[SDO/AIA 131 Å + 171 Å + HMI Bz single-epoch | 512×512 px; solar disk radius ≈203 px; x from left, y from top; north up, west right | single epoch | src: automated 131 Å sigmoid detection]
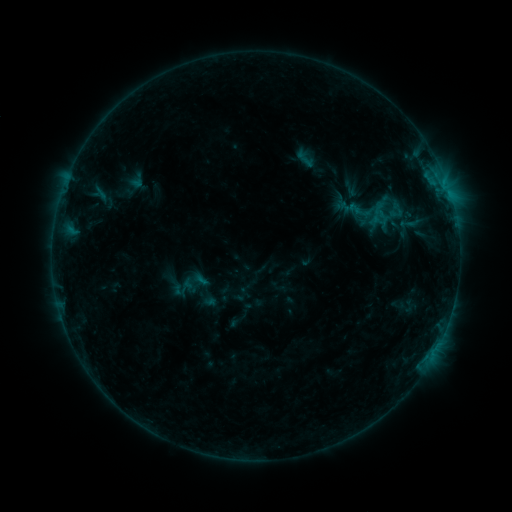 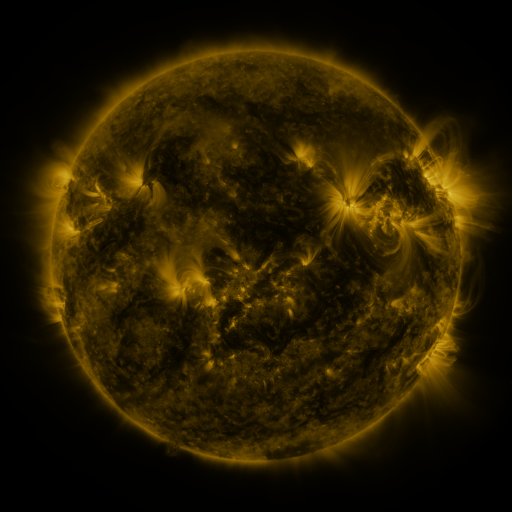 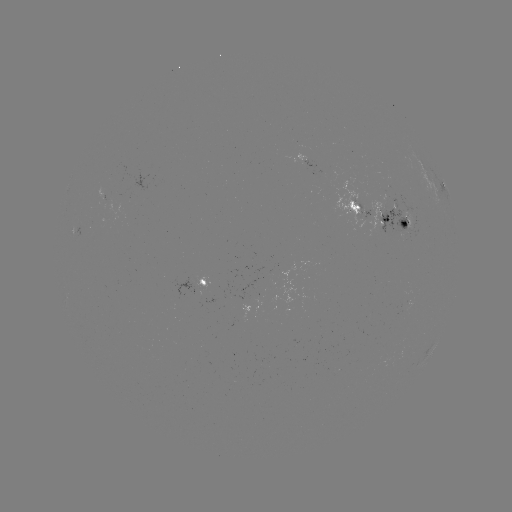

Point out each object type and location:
sigmoid: [291, 147, 320, 170]
sigmoid: [228, 312, 248, 330]
